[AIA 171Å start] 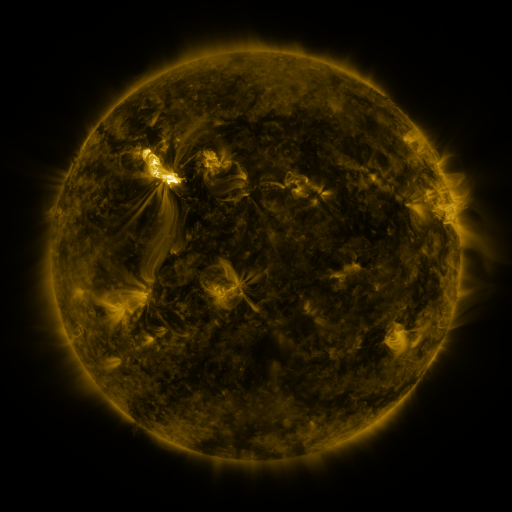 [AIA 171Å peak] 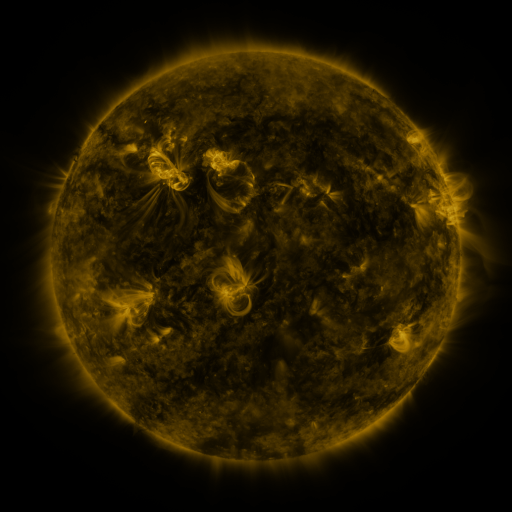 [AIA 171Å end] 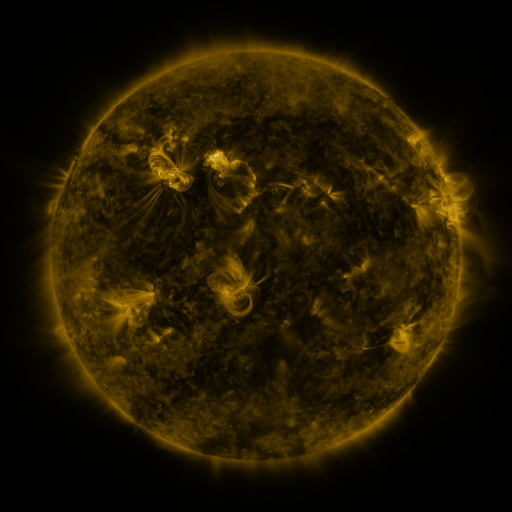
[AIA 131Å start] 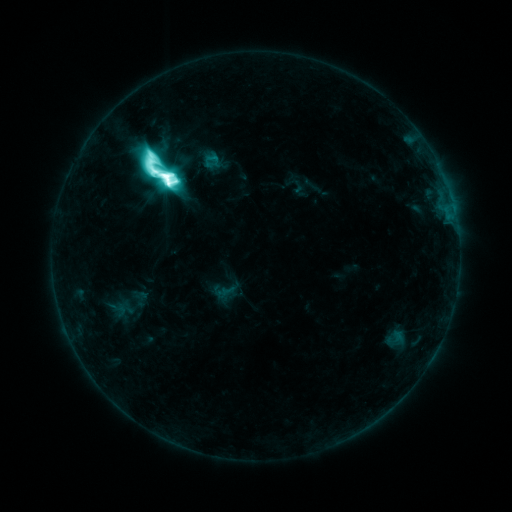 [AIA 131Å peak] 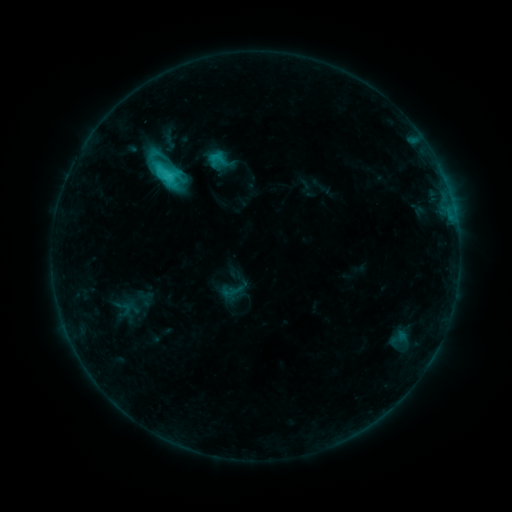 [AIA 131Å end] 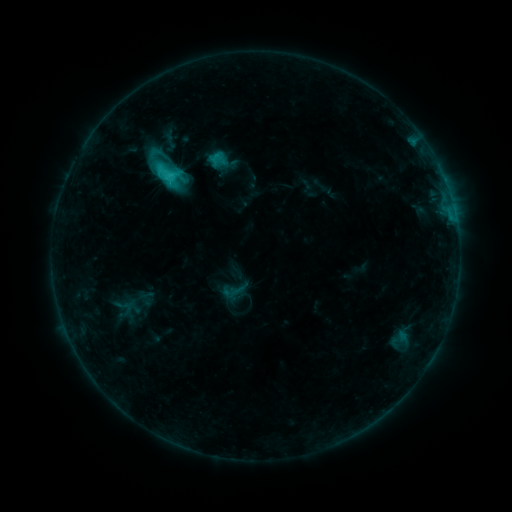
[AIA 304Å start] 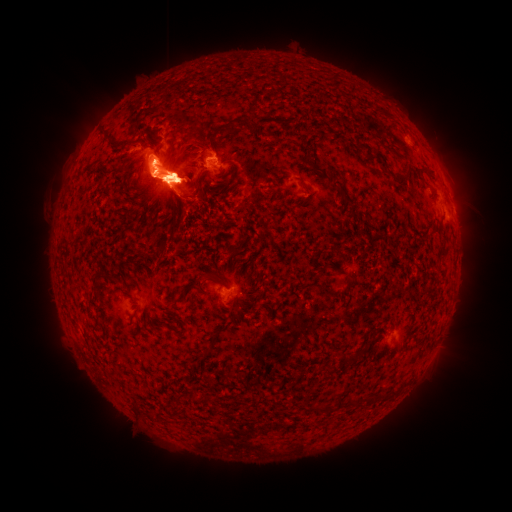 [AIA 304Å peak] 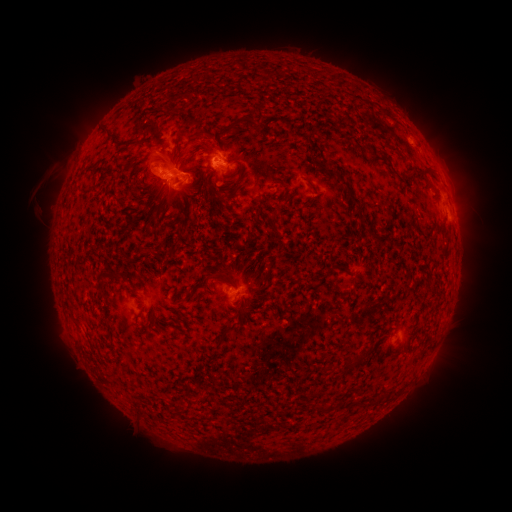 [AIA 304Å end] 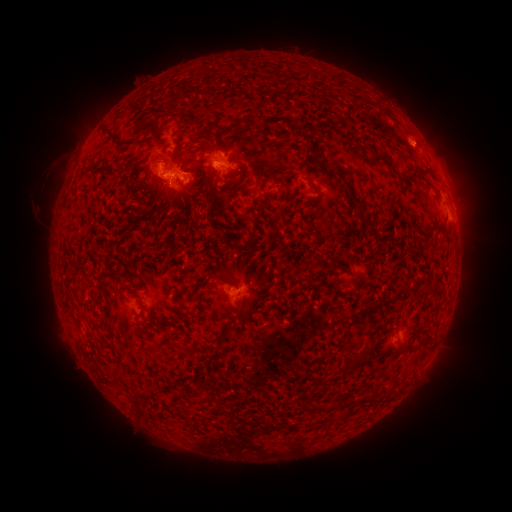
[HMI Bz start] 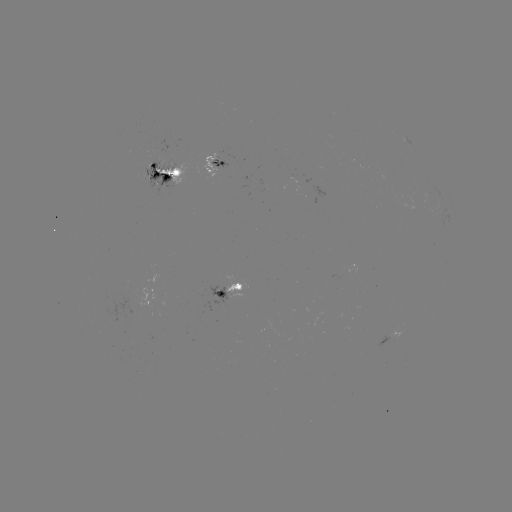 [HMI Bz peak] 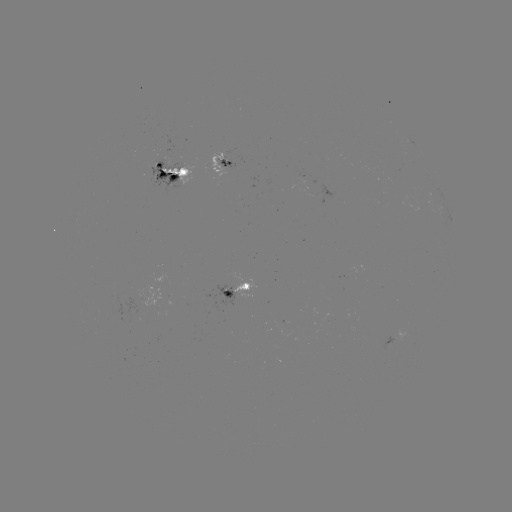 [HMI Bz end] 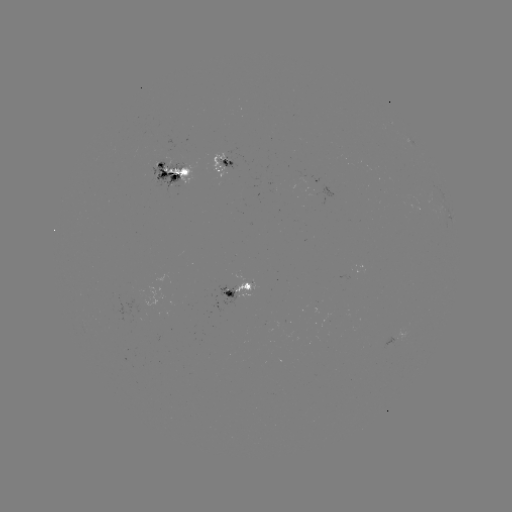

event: emerging-flux region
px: (160, 169)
